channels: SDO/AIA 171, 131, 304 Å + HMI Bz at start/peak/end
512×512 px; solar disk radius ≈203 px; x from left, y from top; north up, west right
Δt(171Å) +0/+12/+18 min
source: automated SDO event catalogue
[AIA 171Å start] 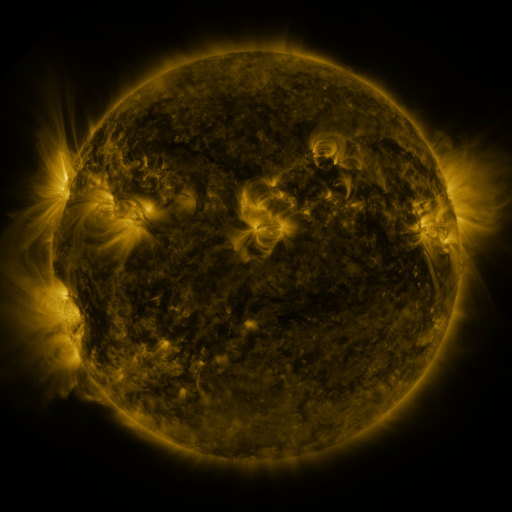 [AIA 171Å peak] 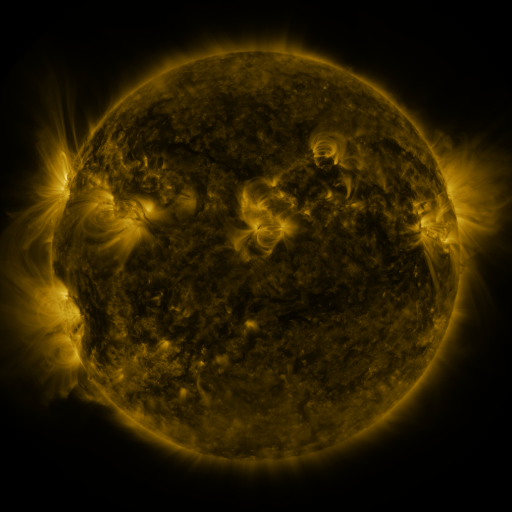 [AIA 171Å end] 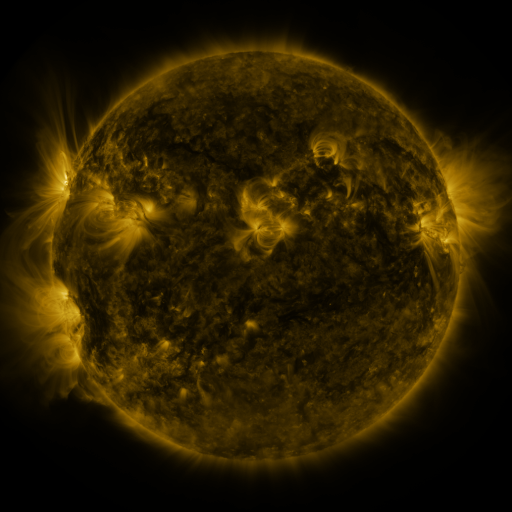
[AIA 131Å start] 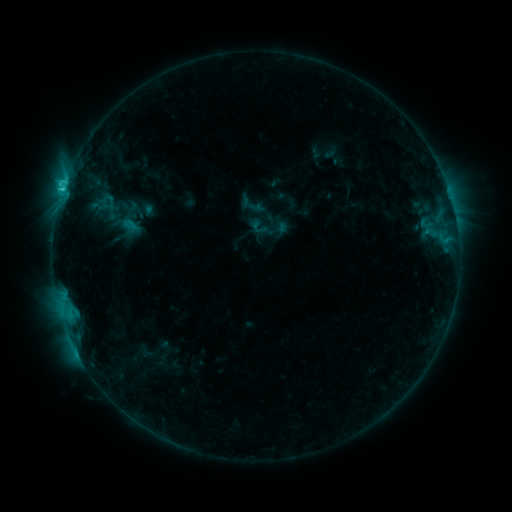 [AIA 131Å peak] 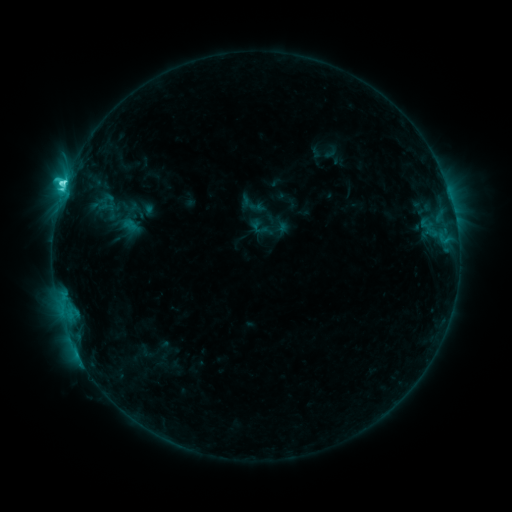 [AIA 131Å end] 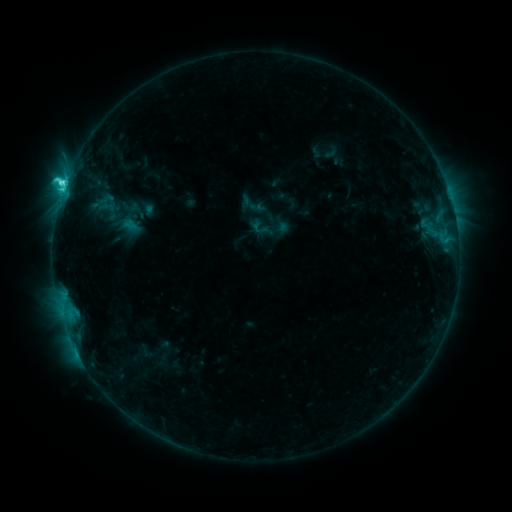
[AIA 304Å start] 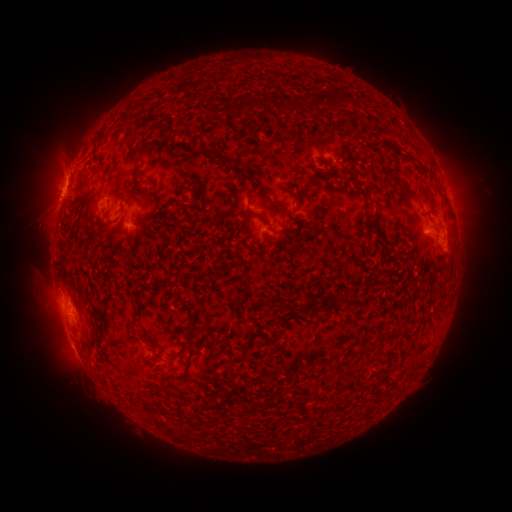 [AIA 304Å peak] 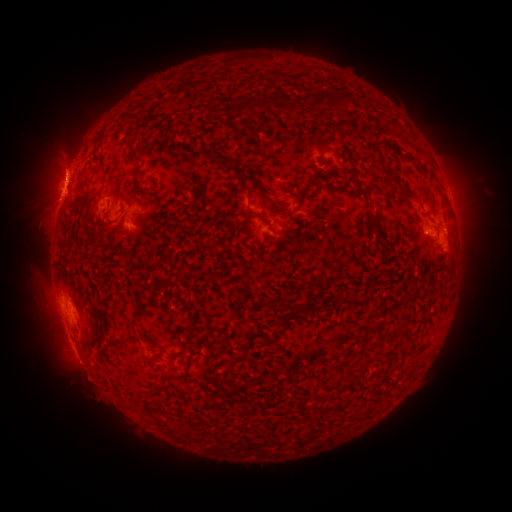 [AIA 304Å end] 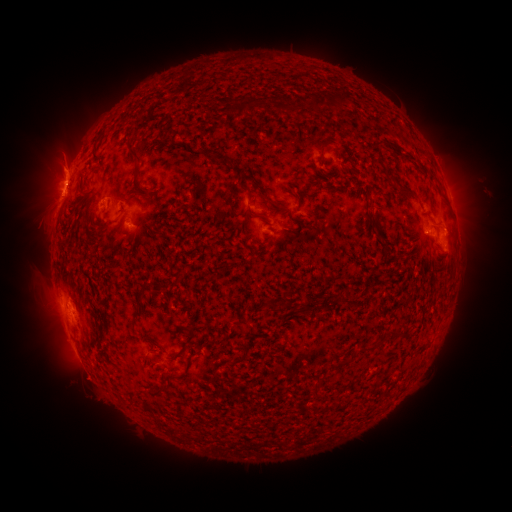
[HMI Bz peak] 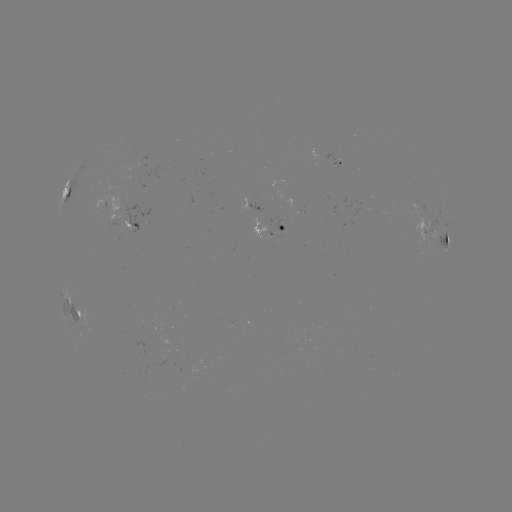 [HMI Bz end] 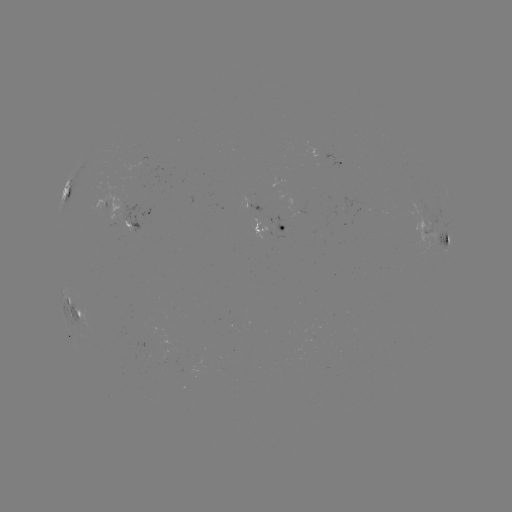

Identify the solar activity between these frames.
C5.1 flare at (65, 187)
